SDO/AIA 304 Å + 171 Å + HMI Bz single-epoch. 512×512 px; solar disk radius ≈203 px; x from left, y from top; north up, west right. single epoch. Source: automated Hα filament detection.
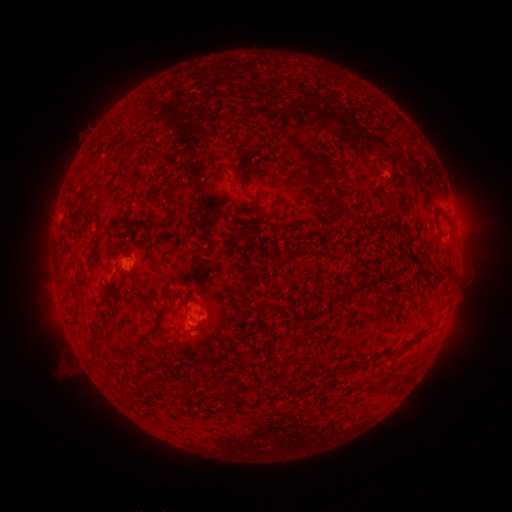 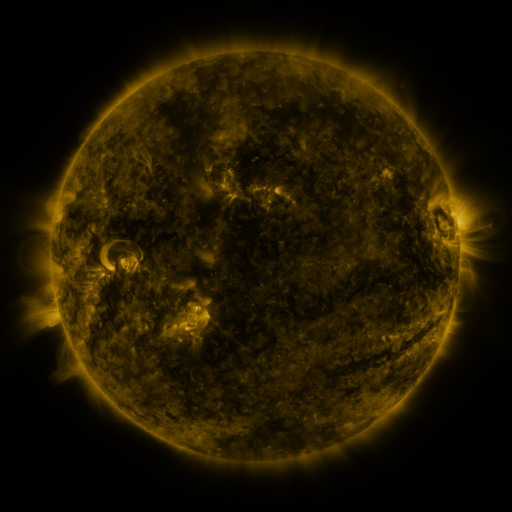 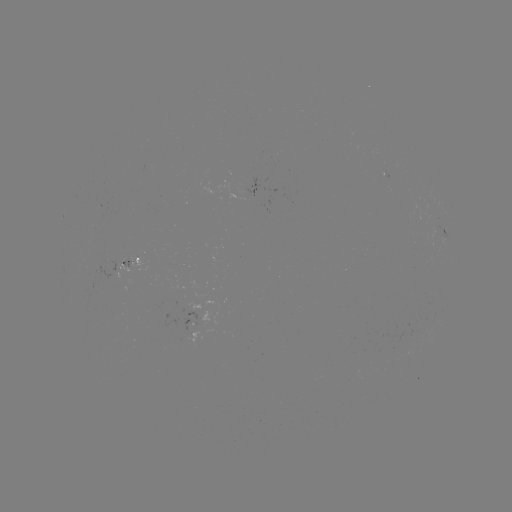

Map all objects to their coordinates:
filament: [298, 142, 338, 187]
filament: [250, 143, 260, 152]
filament: [235, 171, 245, 180]
filament: [253, 205, 264, 215]
filament: [432, 206, 444, 232]
filament: [336, 208, 359, 220]
filament: [157, 211, 172, 225]
filament: [88, 246, 97, 259]
filament: [366, 272, 378, 279]
filament: [103, 278, 115, 295]
filament: [334, 287, 354, 302]
filament: [268, 303, 276, 311]
filament: [313, 307, 326, 317]
filament: [143, 325, 156, 338]
filament: [403, 327, 430, 349]
filament: [161, 340, 184, 351]
filament: [213, 388, 221, 398]
